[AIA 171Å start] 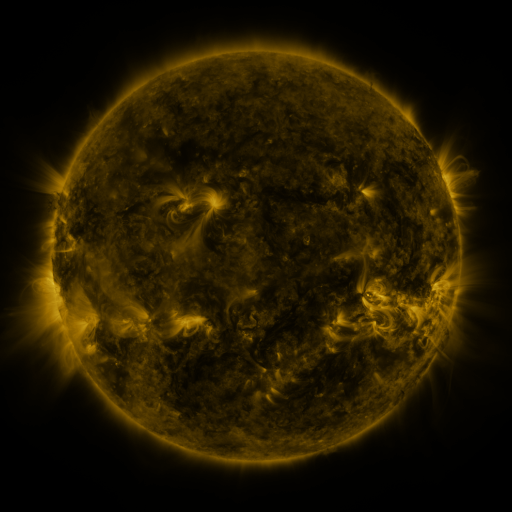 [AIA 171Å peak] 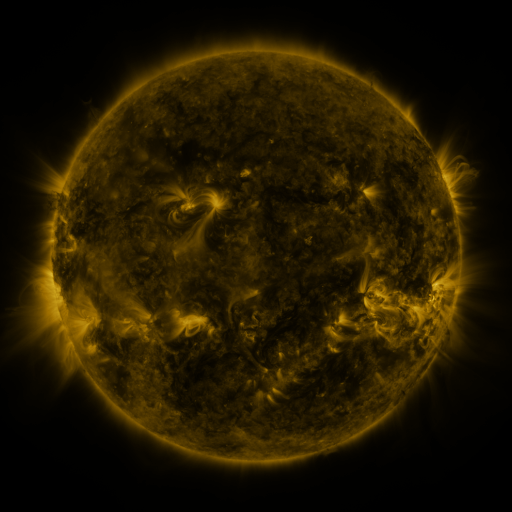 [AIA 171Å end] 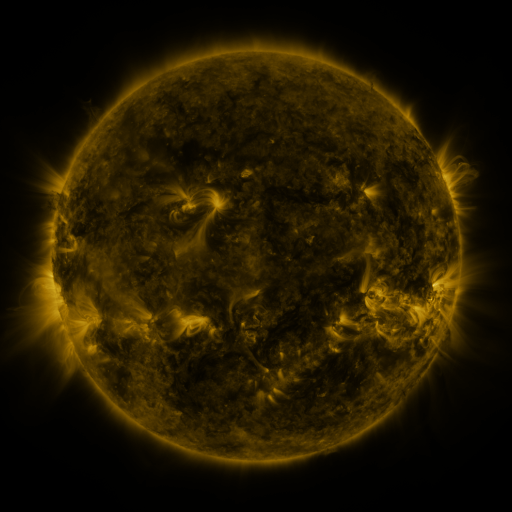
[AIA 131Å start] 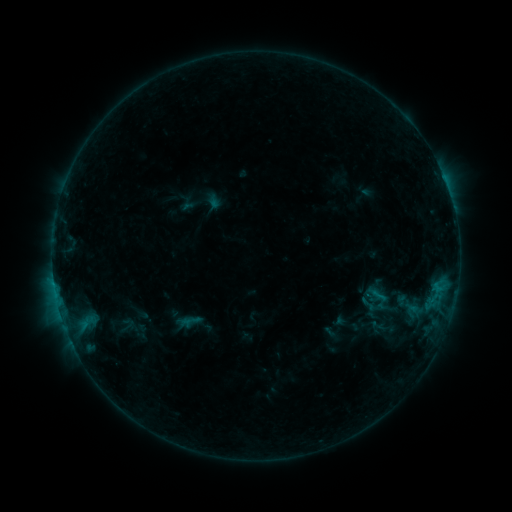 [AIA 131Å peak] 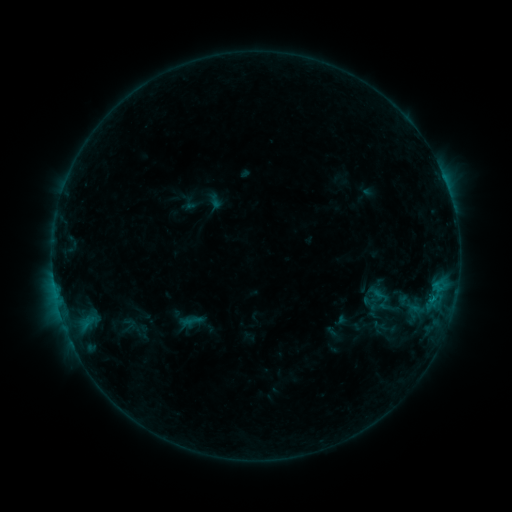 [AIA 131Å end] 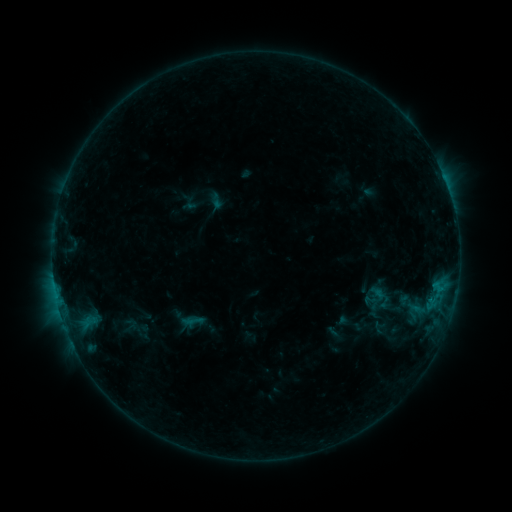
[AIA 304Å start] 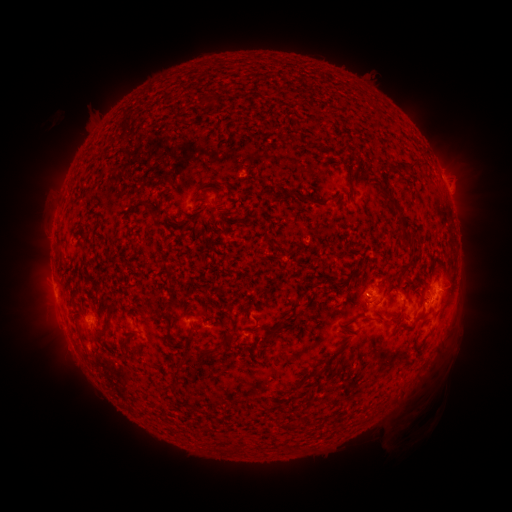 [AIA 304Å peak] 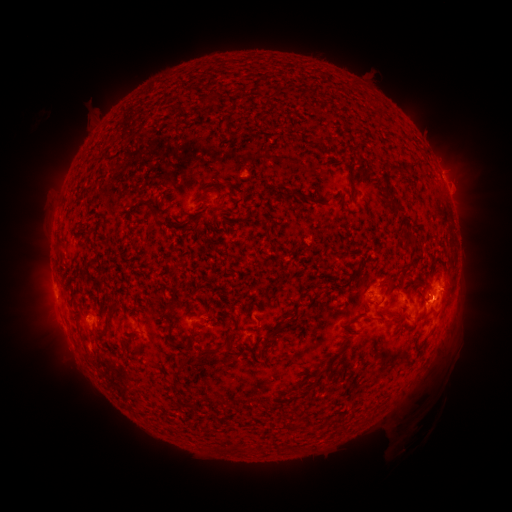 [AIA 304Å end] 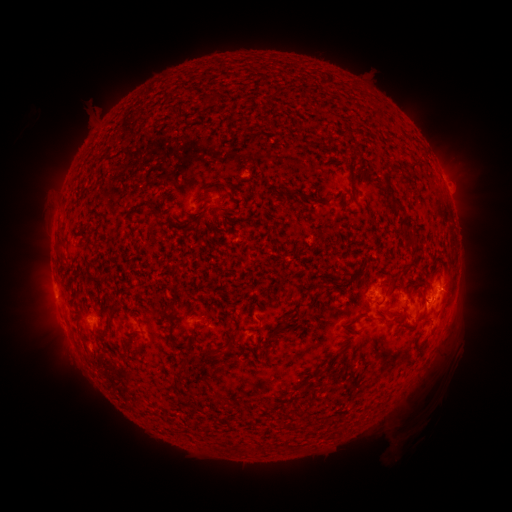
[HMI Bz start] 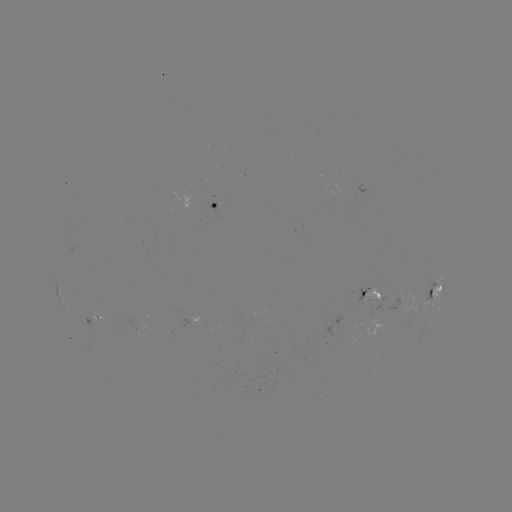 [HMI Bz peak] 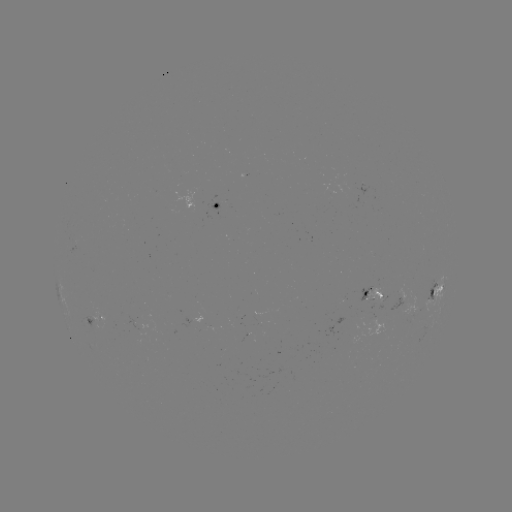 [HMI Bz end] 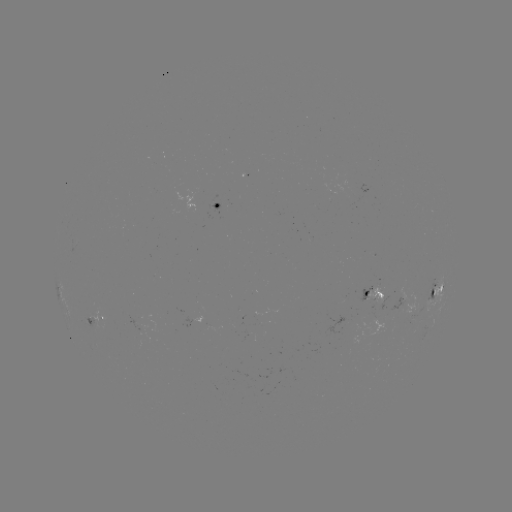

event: emerging-flux region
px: (141, 328)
